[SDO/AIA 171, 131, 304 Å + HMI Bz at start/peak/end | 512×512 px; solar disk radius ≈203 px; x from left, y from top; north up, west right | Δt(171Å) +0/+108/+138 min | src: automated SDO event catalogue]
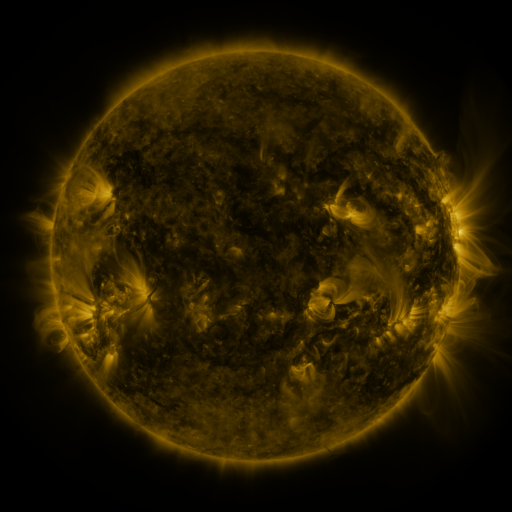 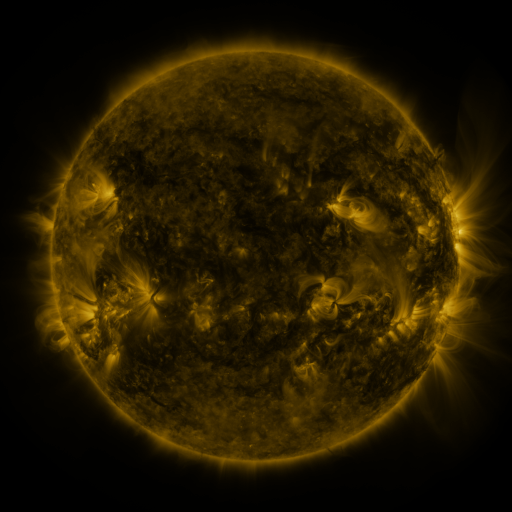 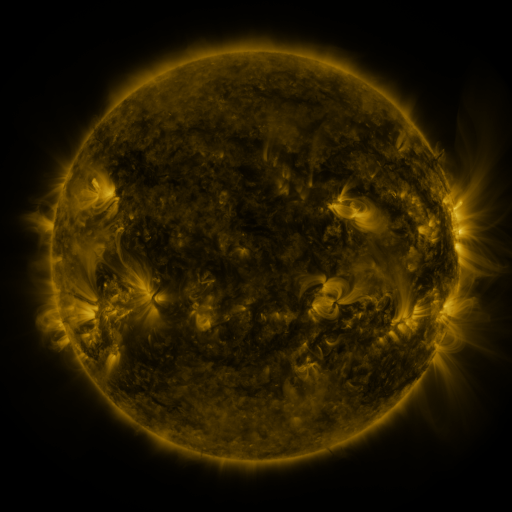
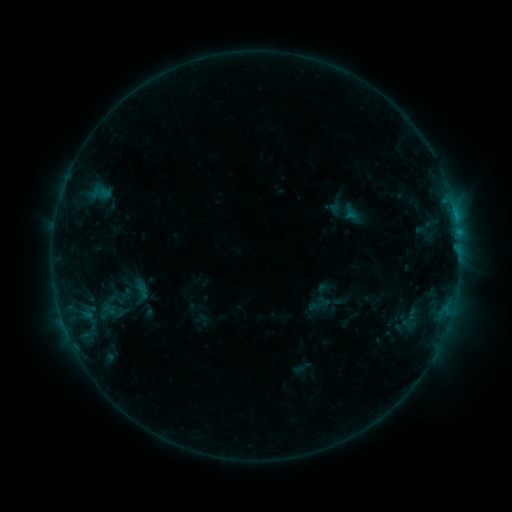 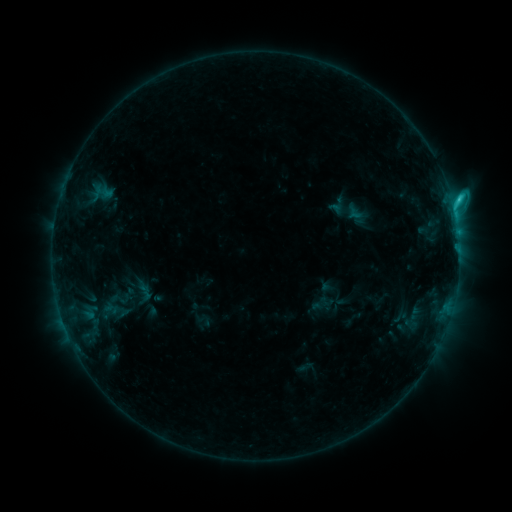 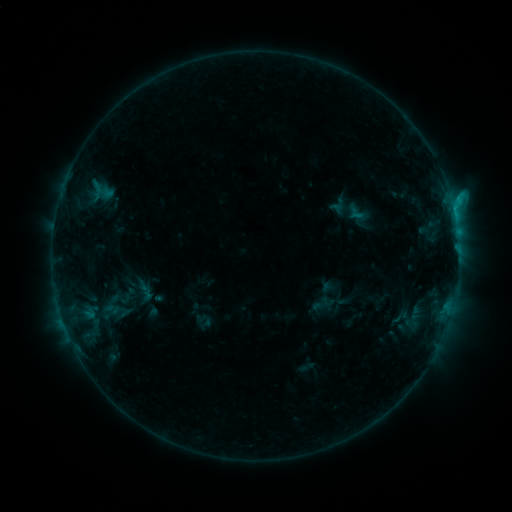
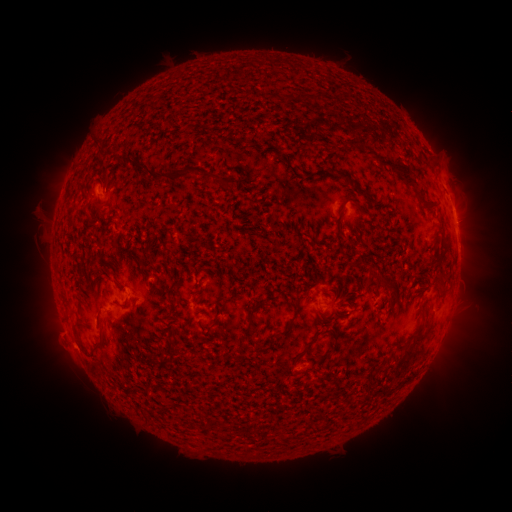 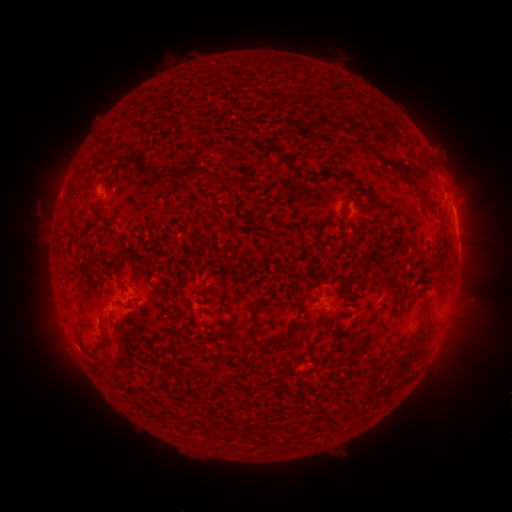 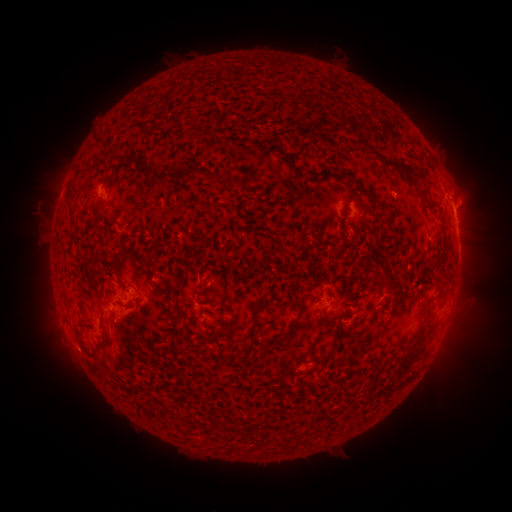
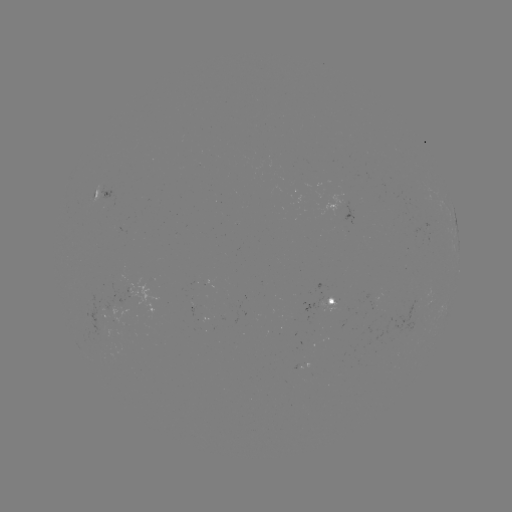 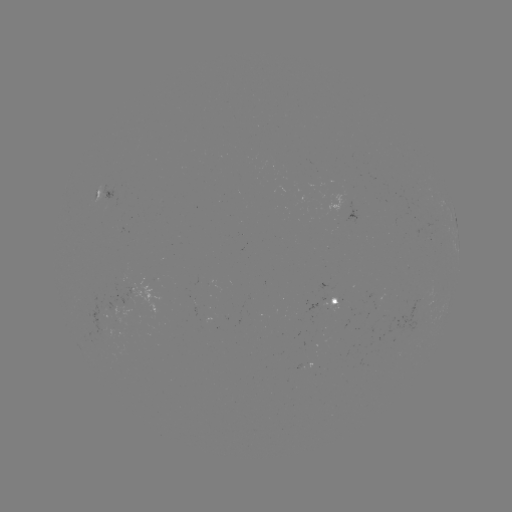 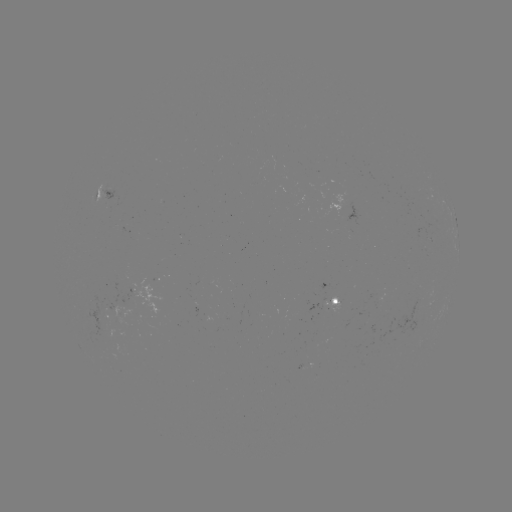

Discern C2.0 flare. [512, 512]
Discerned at (452, 203).